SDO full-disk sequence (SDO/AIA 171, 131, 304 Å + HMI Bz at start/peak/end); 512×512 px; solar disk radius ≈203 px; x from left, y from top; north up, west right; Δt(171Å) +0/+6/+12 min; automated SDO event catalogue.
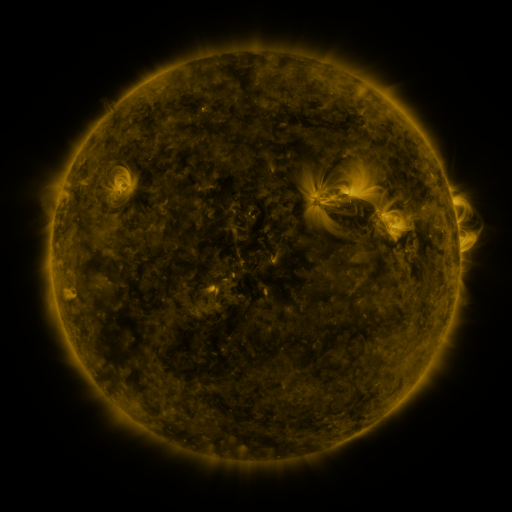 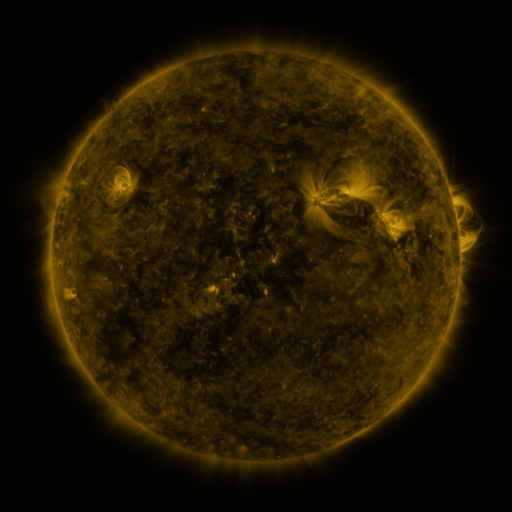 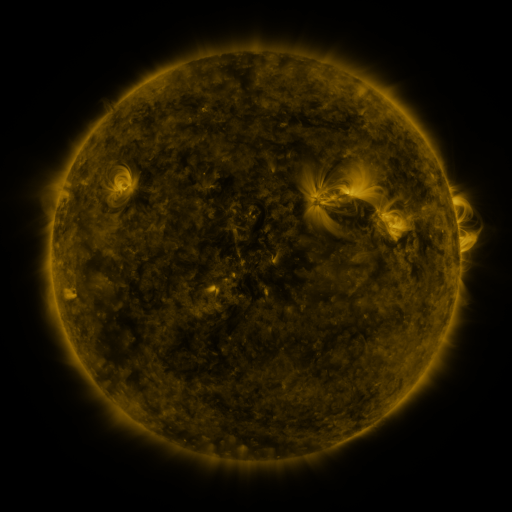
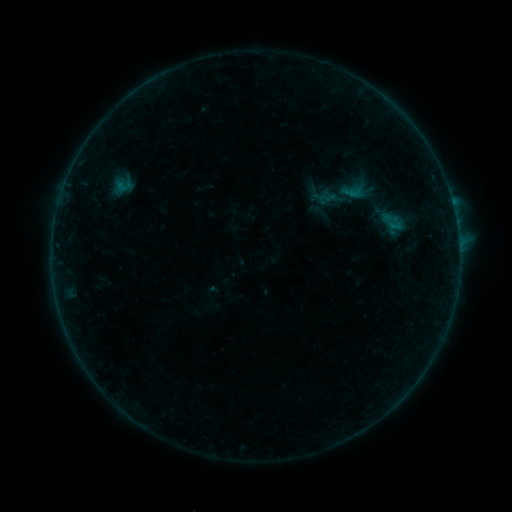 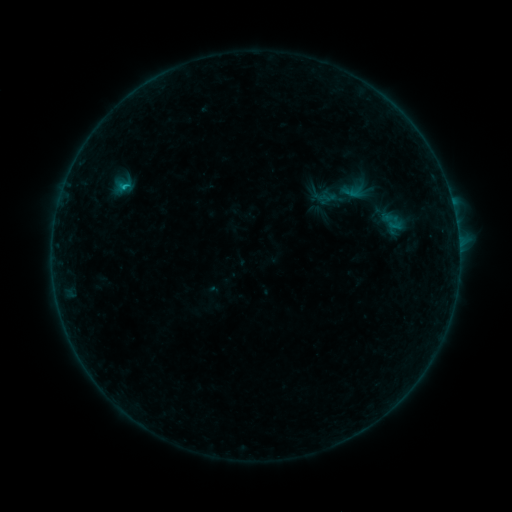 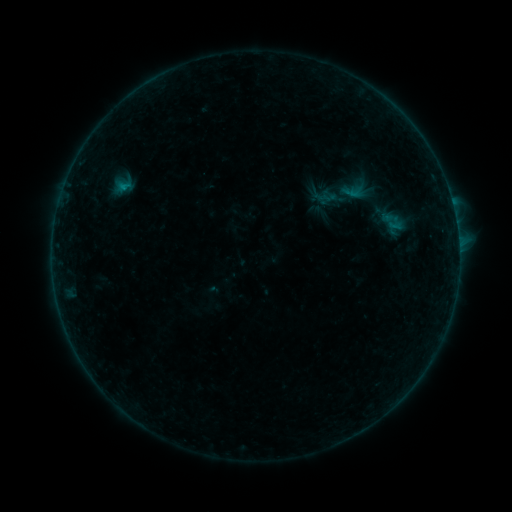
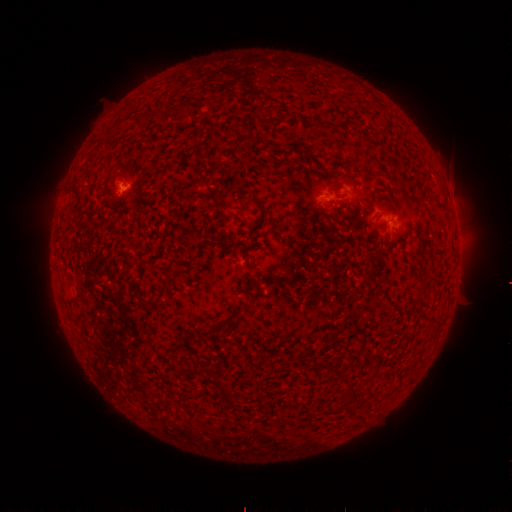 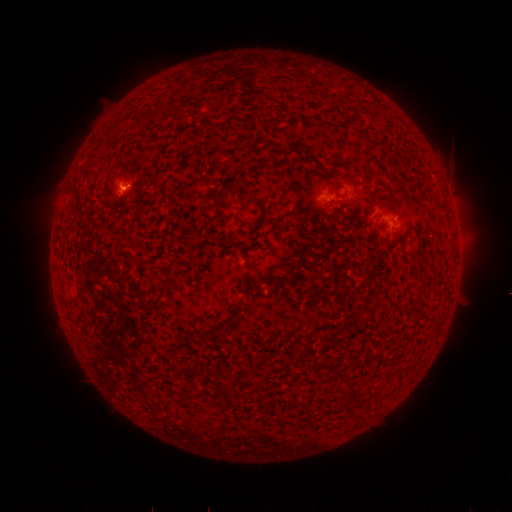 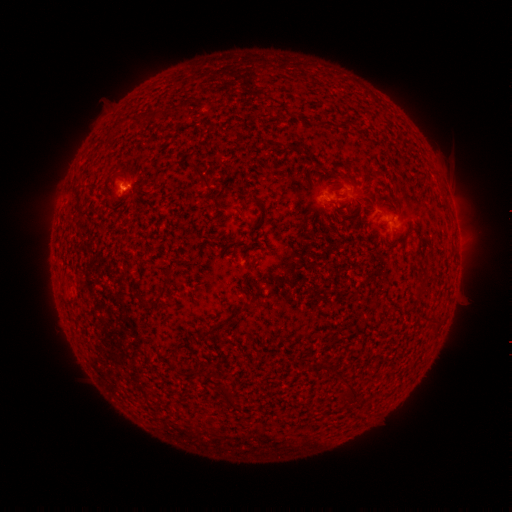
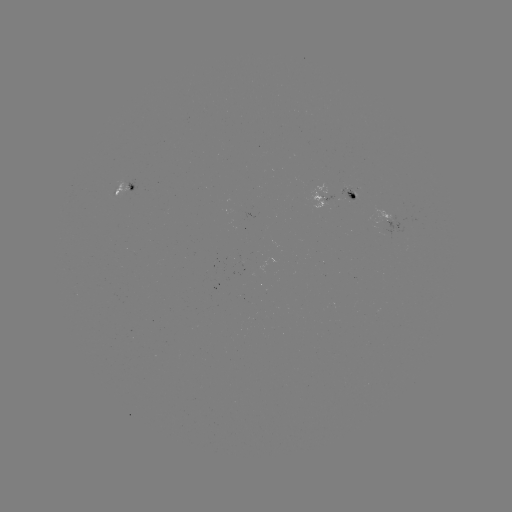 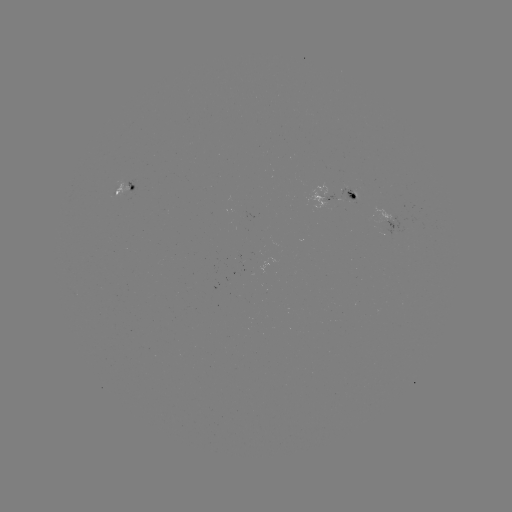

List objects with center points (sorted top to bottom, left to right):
B3.9 flare: (124, 189)
